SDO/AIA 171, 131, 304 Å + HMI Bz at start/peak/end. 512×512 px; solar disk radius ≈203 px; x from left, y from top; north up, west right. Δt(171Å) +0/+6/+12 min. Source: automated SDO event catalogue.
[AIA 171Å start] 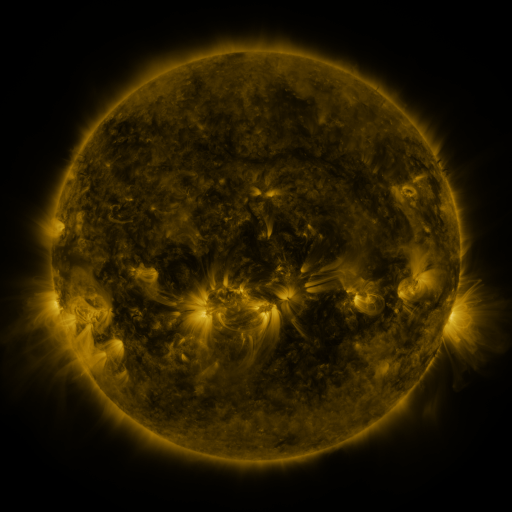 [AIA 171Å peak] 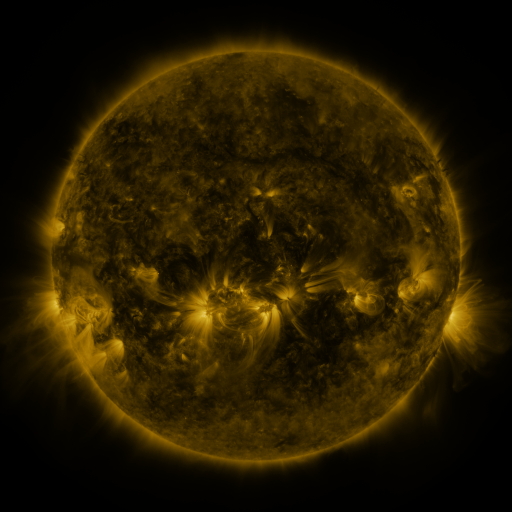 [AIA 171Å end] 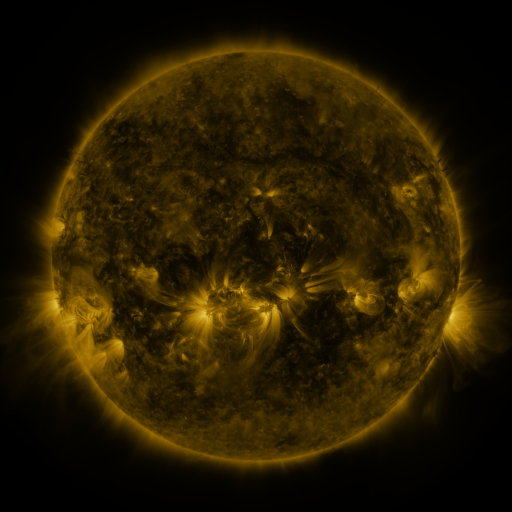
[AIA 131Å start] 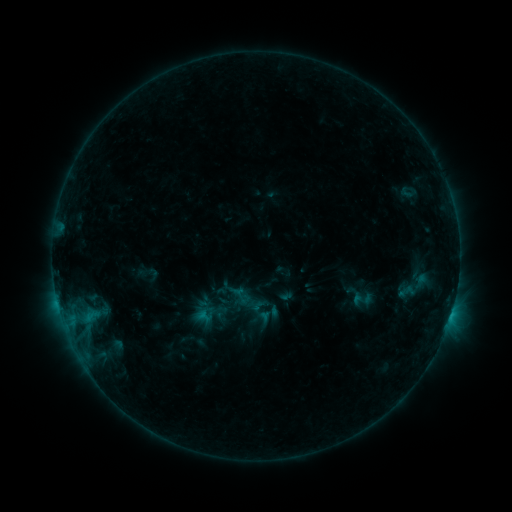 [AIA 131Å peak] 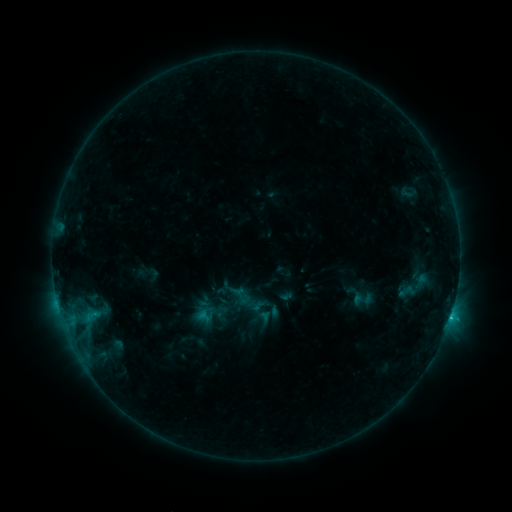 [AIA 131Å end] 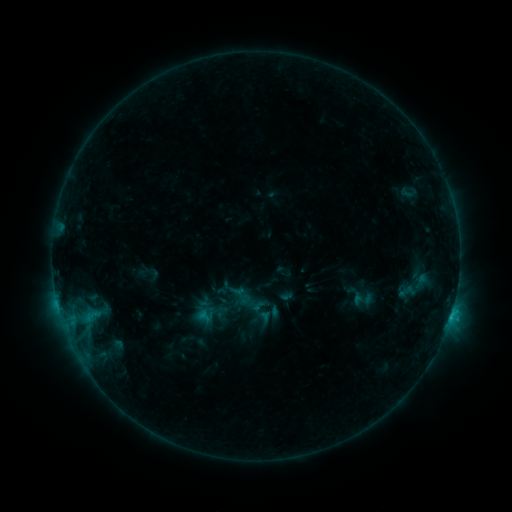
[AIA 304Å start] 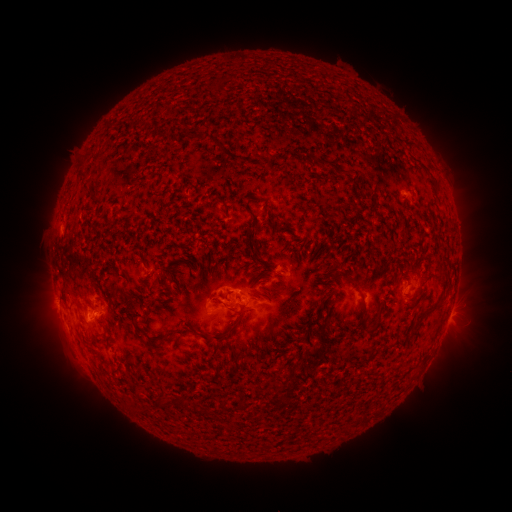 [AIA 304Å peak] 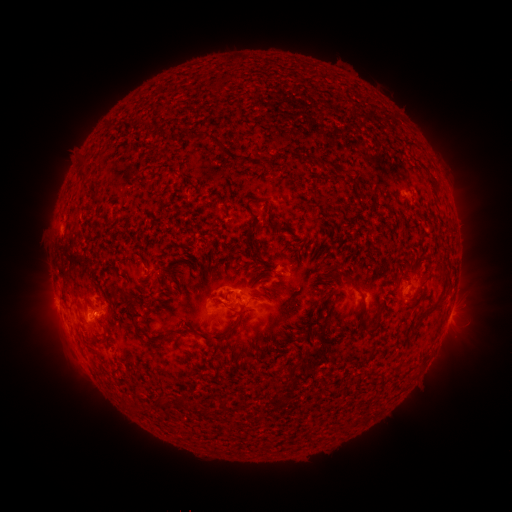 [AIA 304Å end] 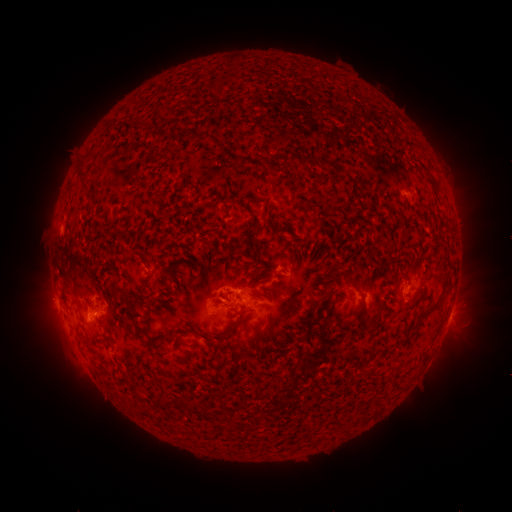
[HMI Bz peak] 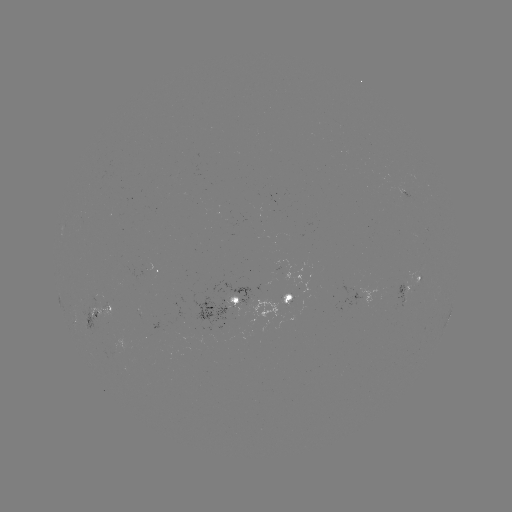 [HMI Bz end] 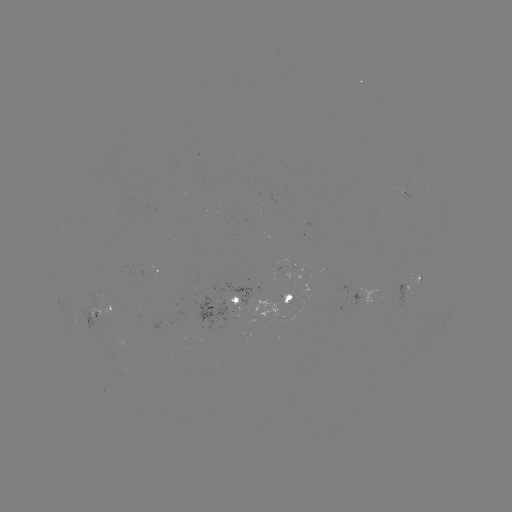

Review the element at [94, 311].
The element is C1.0 flare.